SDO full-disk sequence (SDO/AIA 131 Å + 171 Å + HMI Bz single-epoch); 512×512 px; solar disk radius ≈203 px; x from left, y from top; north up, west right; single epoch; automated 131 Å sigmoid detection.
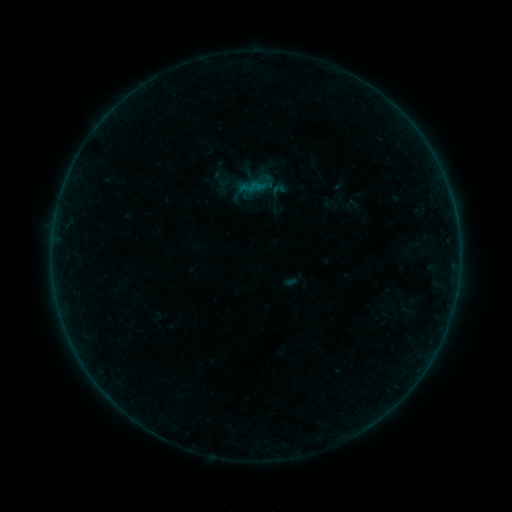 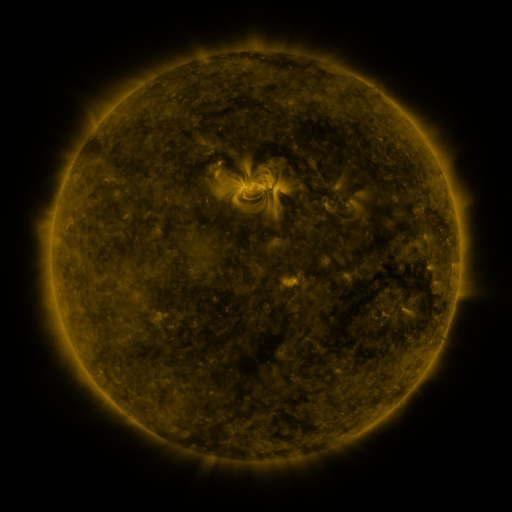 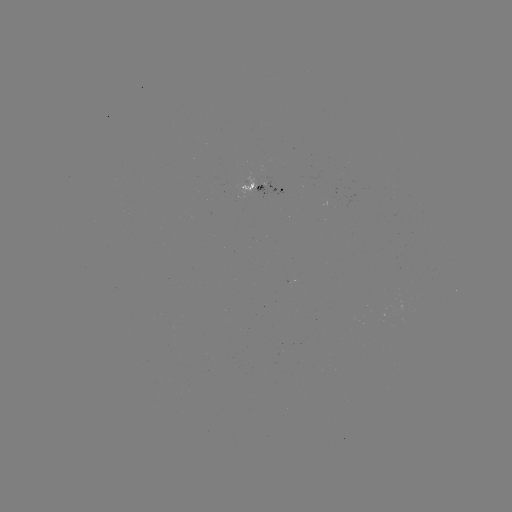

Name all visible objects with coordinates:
sigmoid: (211, 170, 230, 190)
